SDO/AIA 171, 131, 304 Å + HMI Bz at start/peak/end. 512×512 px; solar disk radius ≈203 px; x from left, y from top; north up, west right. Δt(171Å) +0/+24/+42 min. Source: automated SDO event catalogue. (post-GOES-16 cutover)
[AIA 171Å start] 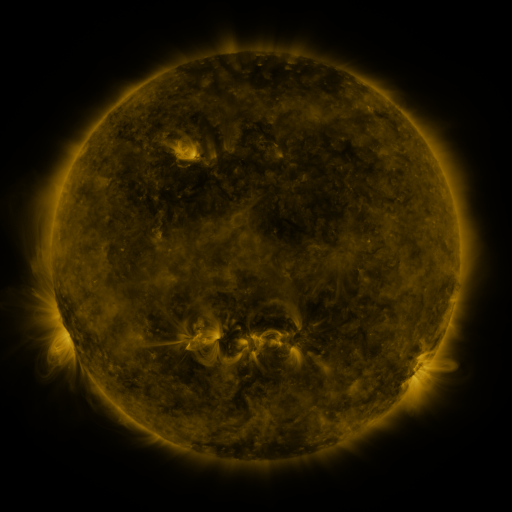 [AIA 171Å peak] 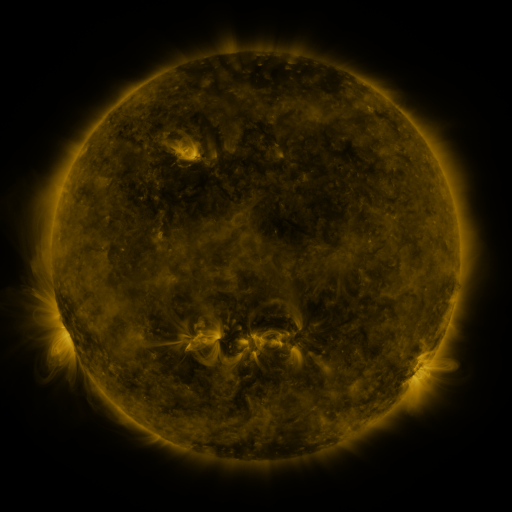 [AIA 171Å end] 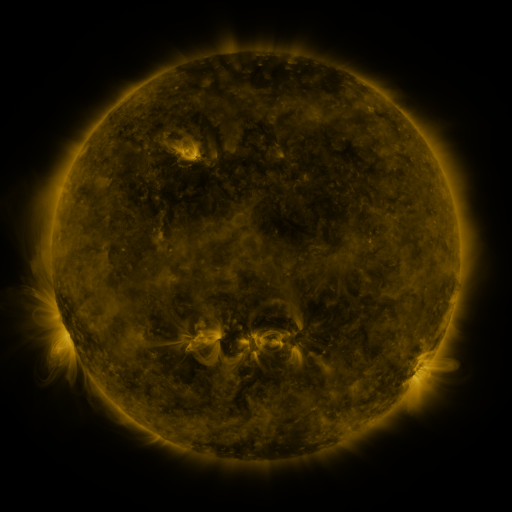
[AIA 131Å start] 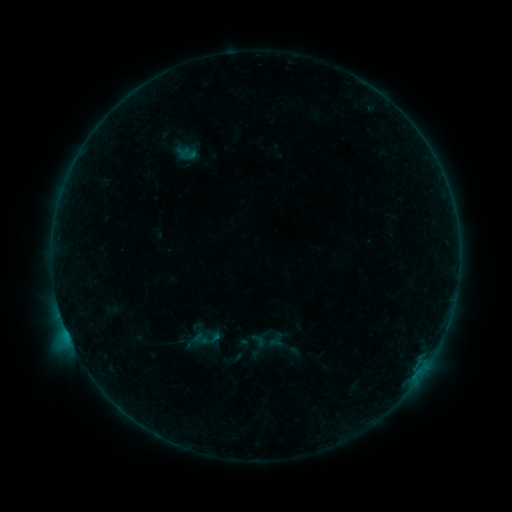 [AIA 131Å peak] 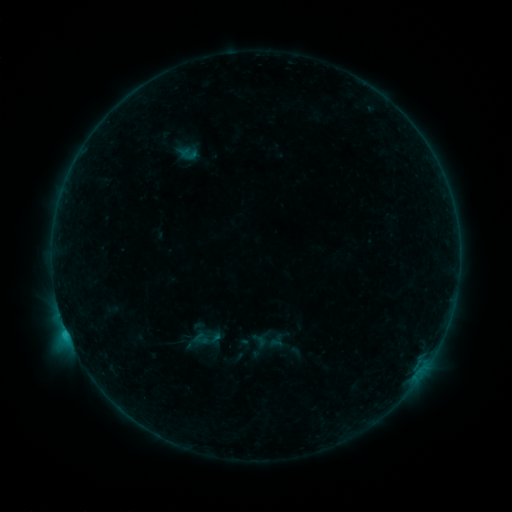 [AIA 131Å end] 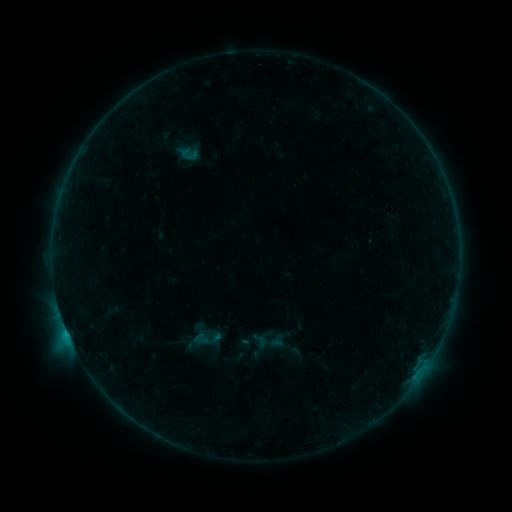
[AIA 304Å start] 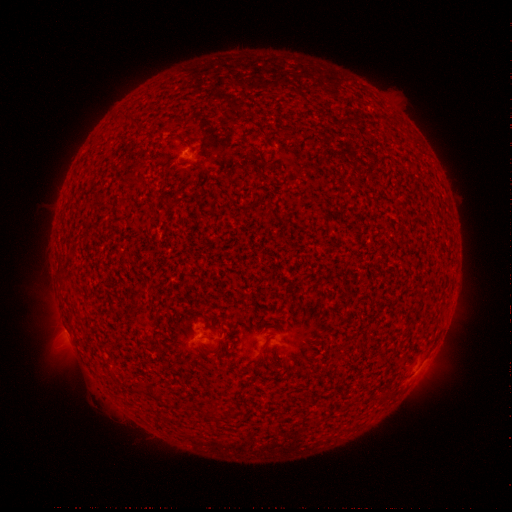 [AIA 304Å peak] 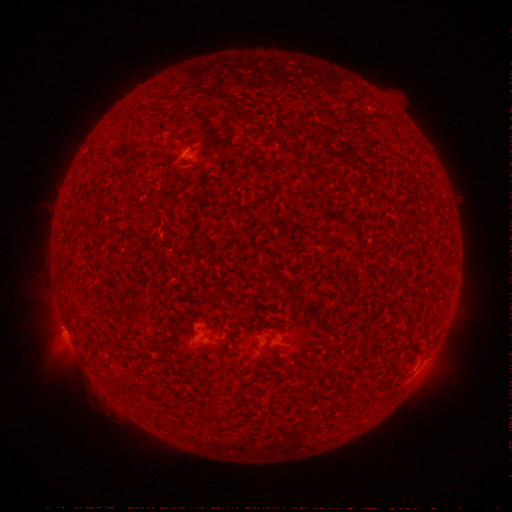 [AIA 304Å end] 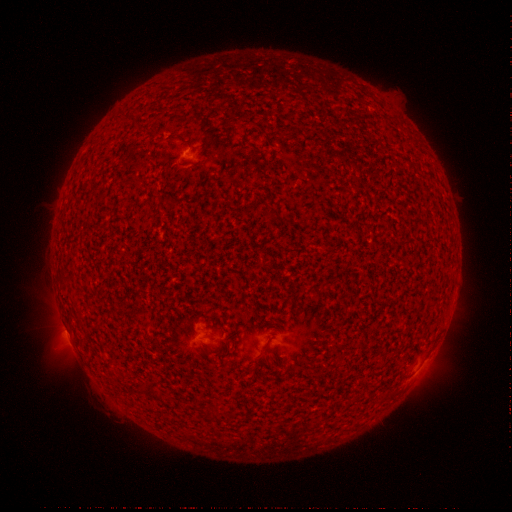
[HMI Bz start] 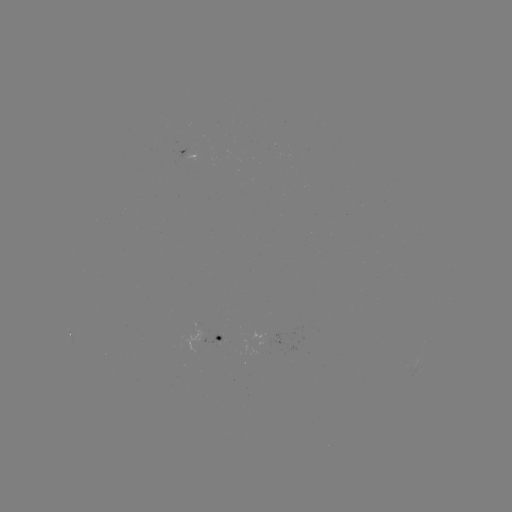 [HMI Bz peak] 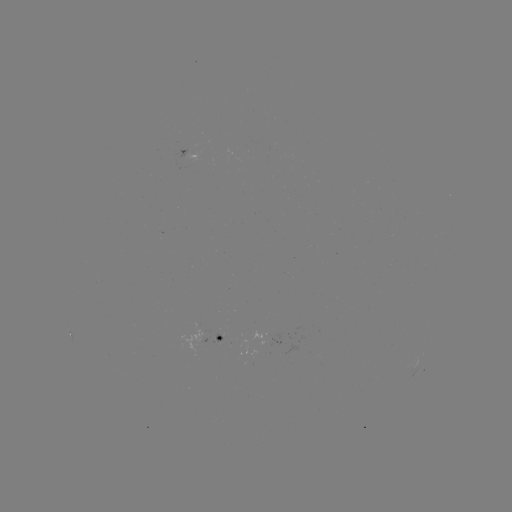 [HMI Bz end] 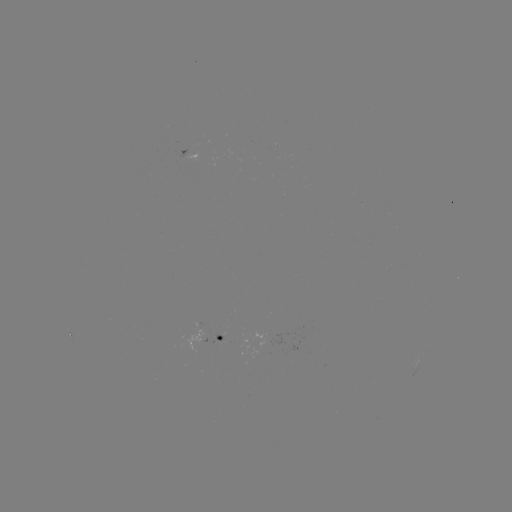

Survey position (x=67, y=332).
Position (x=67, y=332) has B9.9 flare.